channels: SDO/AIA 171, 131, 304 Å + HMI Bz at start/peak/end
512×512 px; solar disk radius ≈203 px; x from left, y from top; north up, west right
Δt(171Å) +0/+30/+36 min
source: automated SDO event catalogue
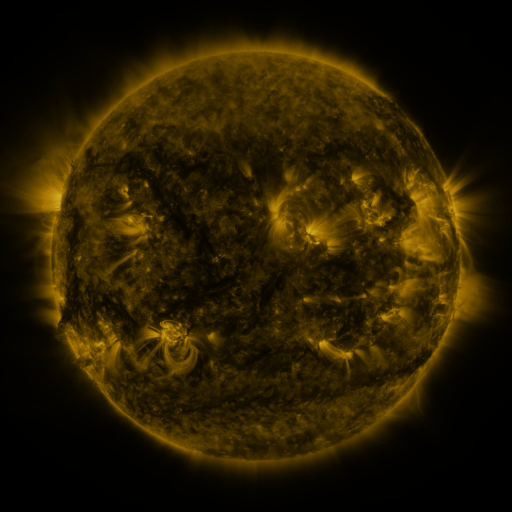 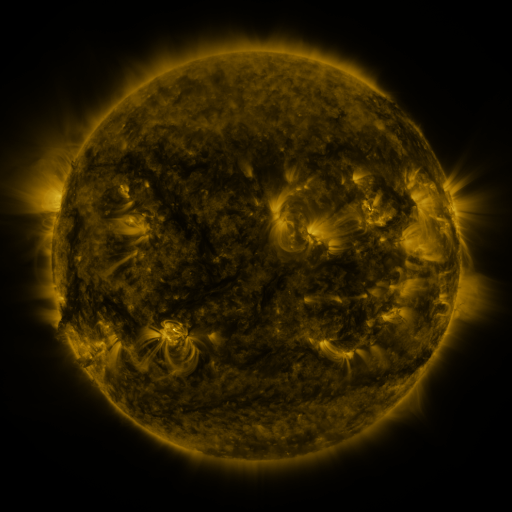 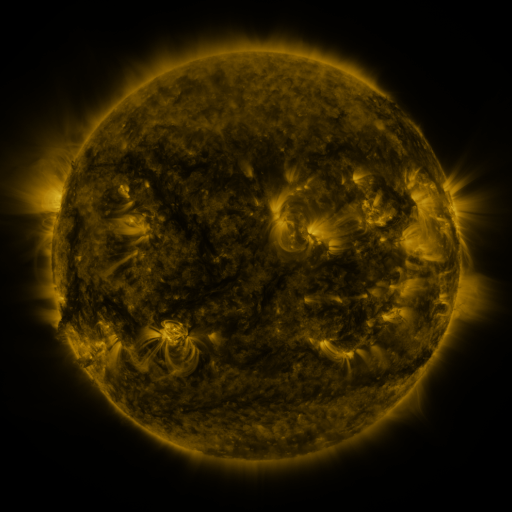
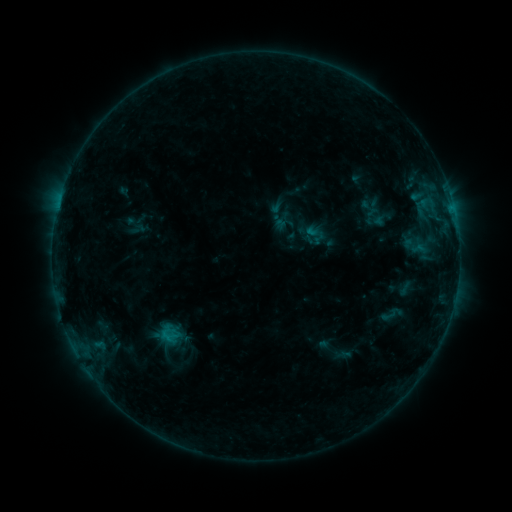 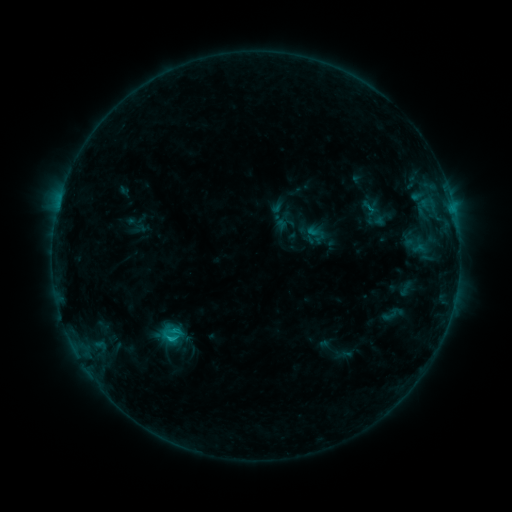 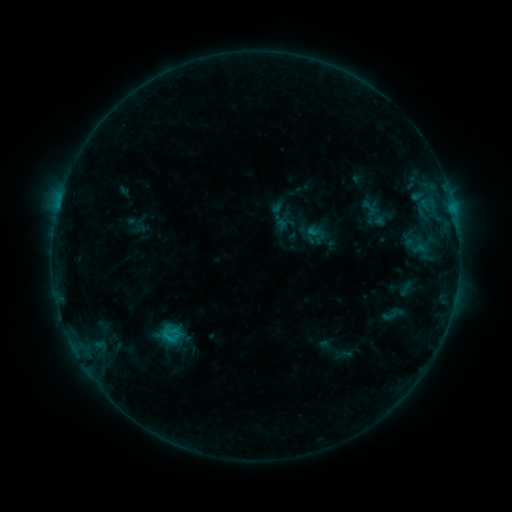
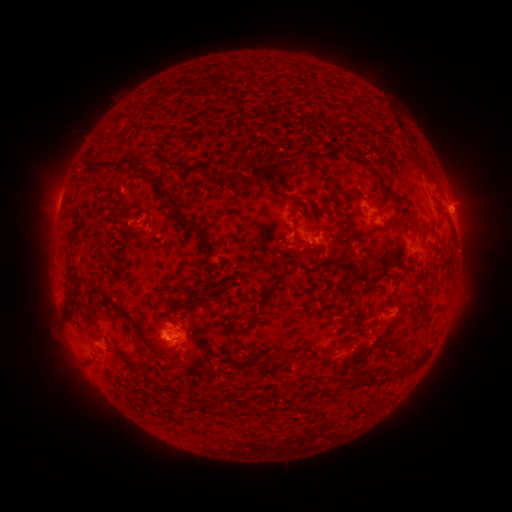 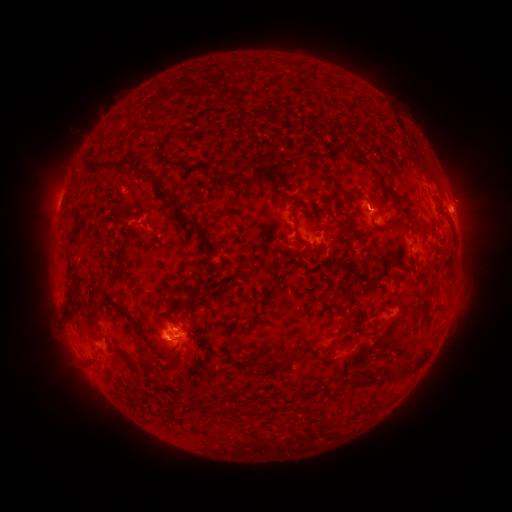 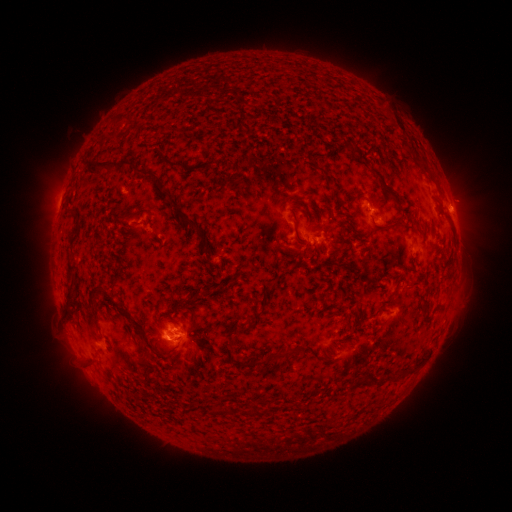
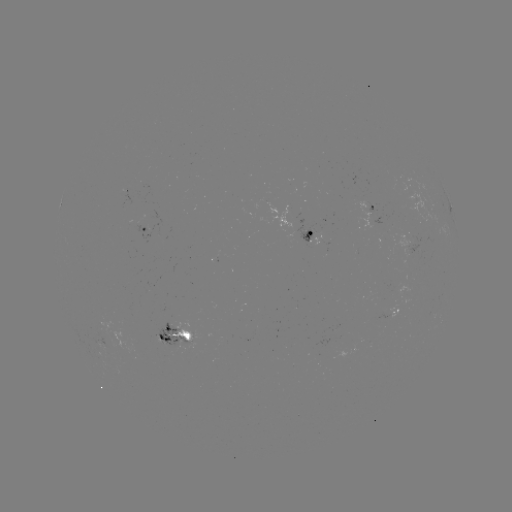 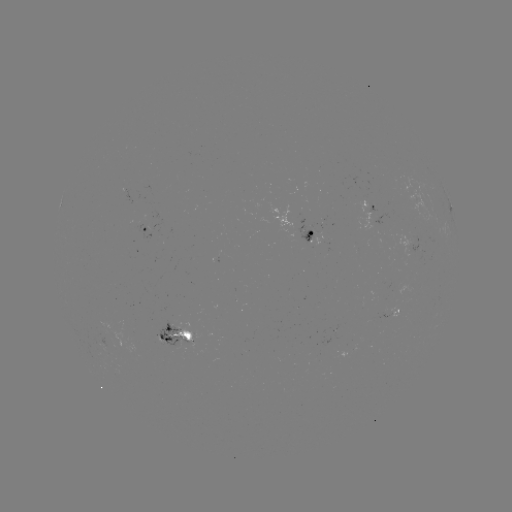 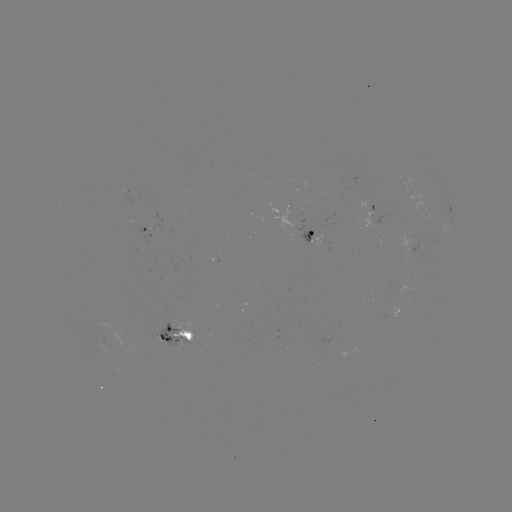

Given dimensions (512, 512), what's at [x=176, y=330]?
C1.0 flare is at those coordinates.